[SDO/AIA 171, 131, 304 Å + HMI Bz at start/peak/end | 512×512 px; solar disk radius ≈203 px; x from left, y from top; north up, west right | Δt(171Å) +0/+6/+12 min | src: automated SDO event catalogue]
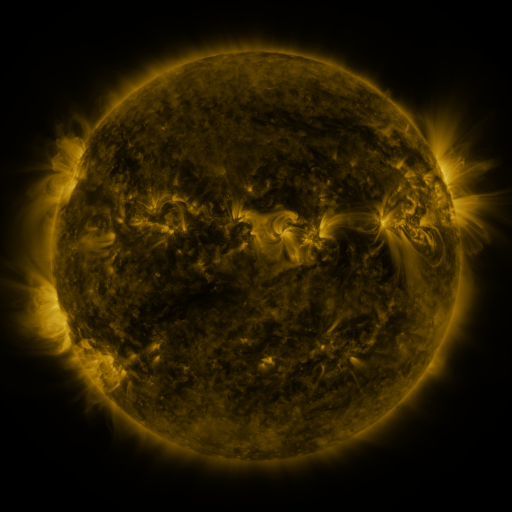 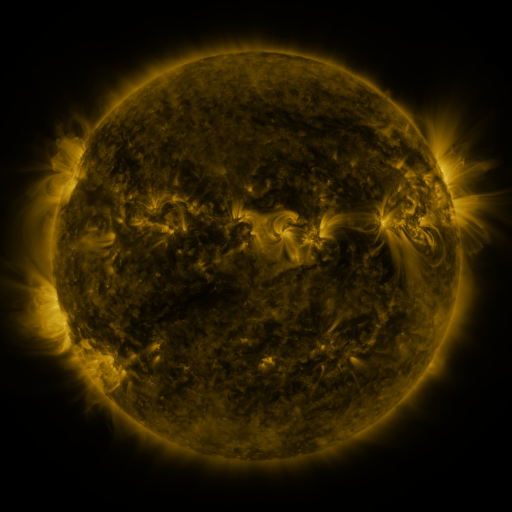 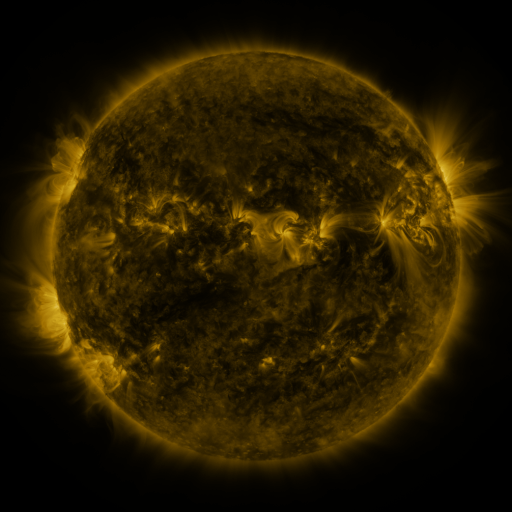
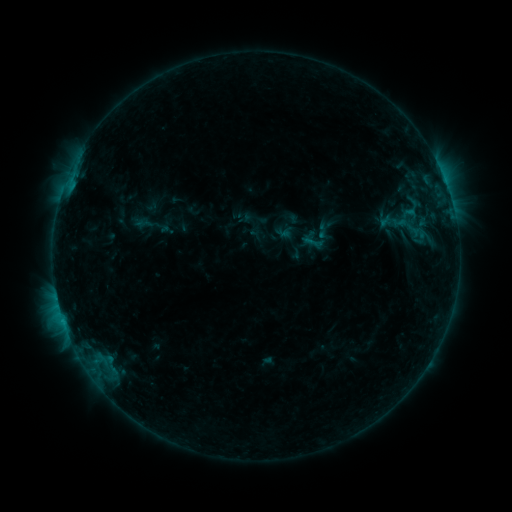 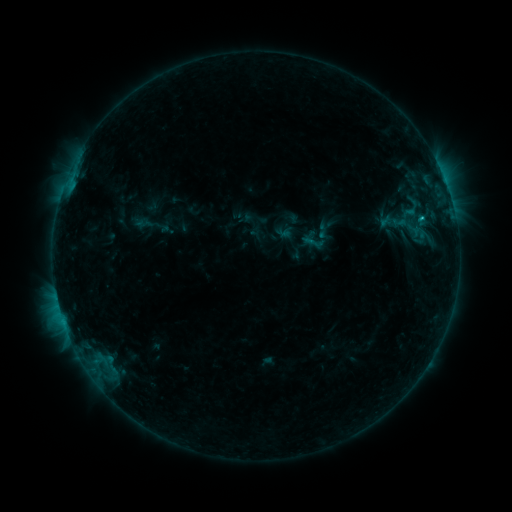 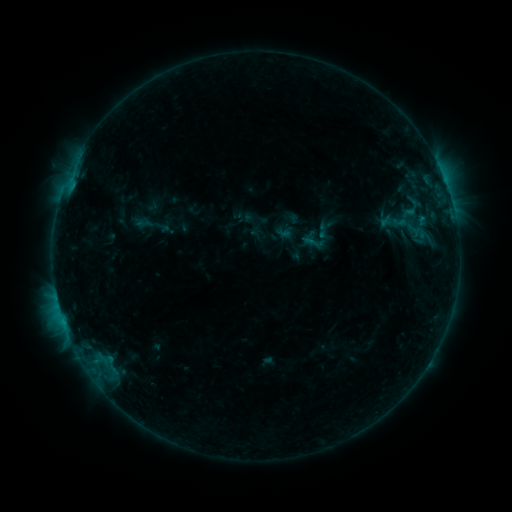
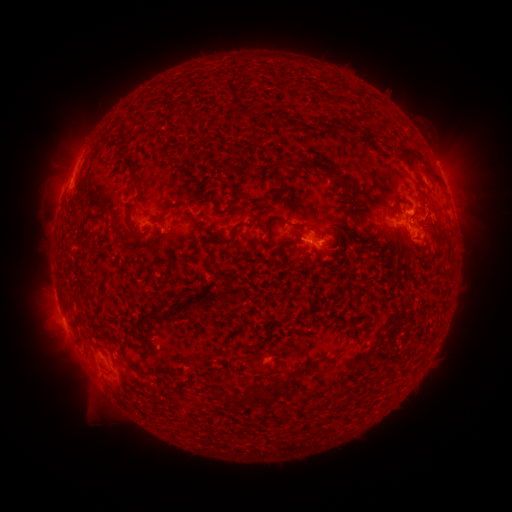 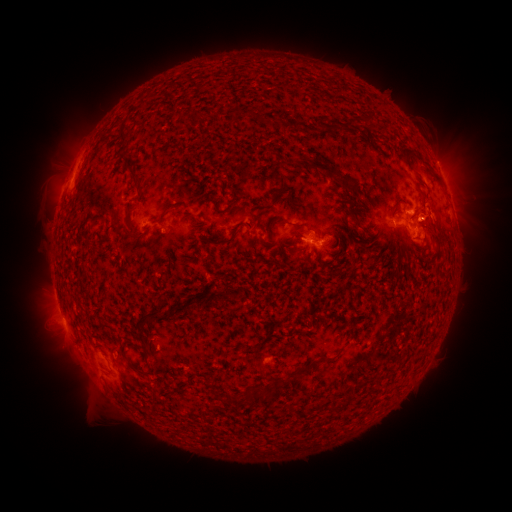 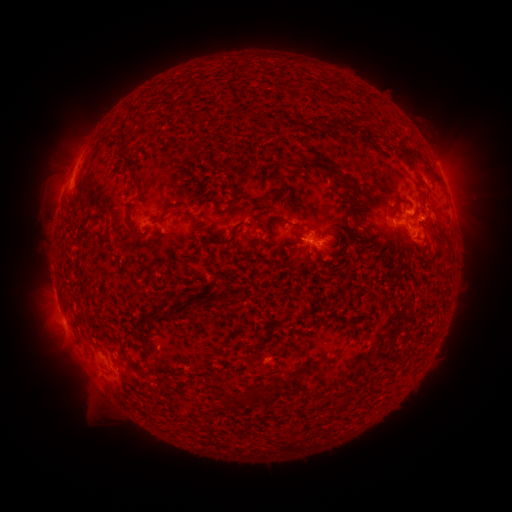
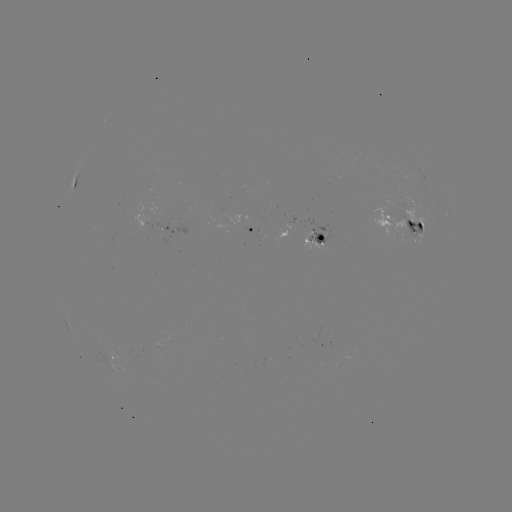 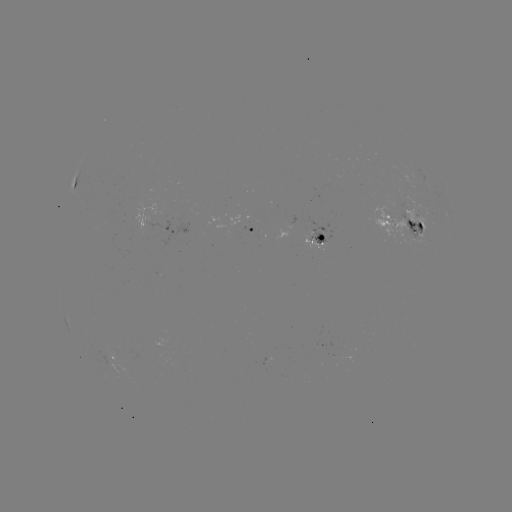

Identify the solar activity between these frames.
B9.1 flare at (422, 223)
